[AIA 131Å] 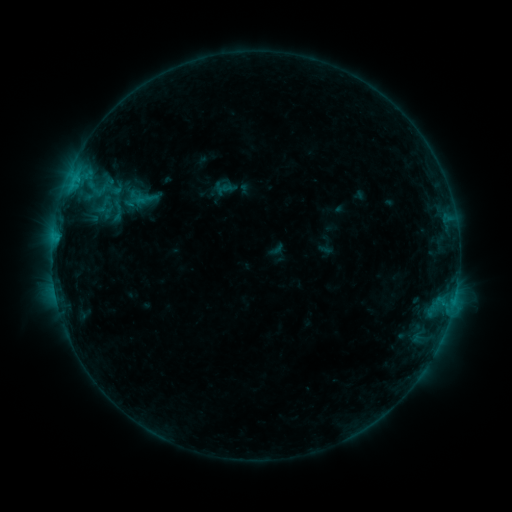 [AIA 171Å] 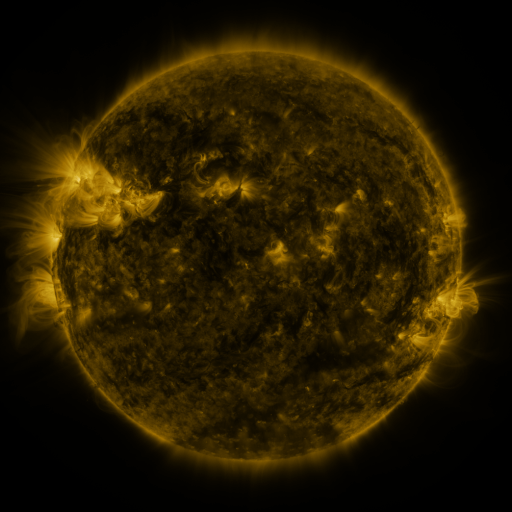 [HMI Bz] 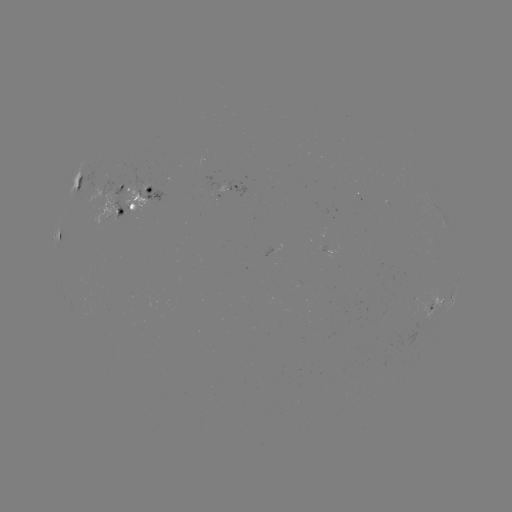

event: sigmoid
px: (117, 209)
